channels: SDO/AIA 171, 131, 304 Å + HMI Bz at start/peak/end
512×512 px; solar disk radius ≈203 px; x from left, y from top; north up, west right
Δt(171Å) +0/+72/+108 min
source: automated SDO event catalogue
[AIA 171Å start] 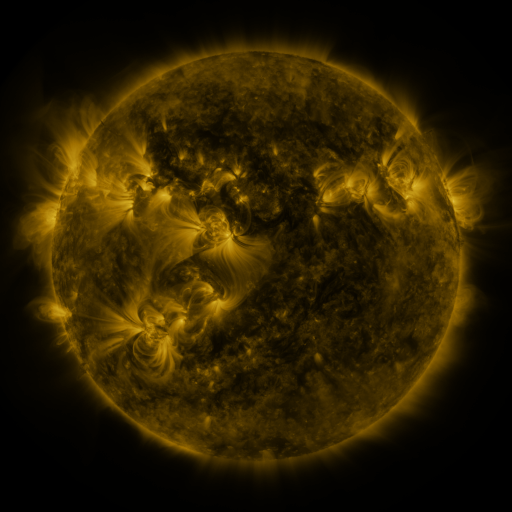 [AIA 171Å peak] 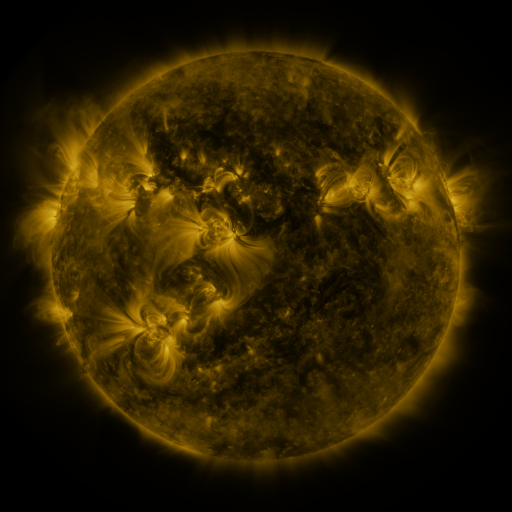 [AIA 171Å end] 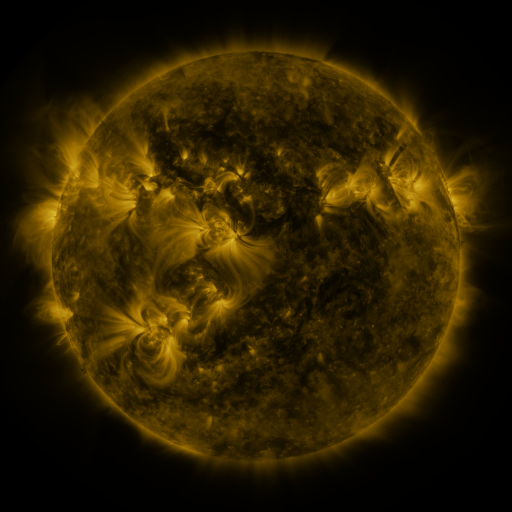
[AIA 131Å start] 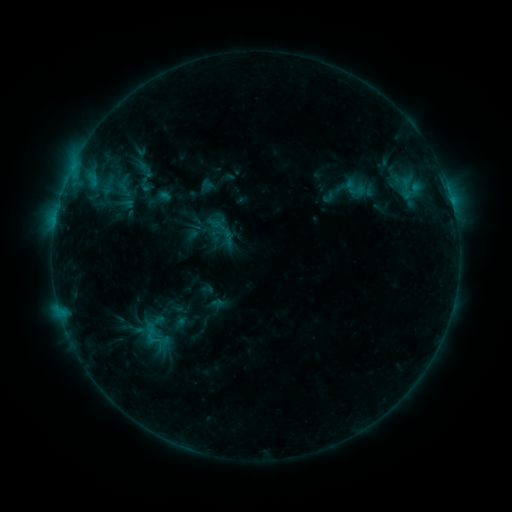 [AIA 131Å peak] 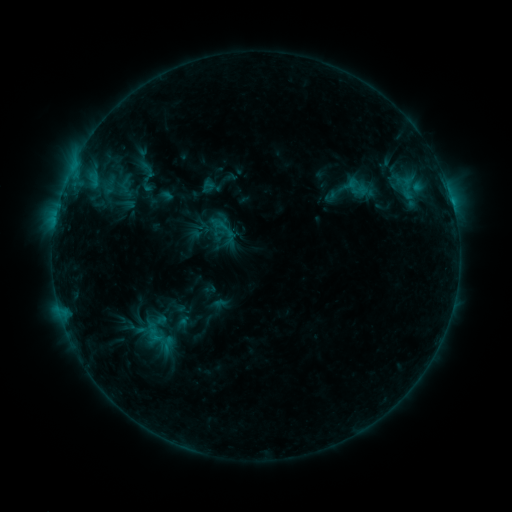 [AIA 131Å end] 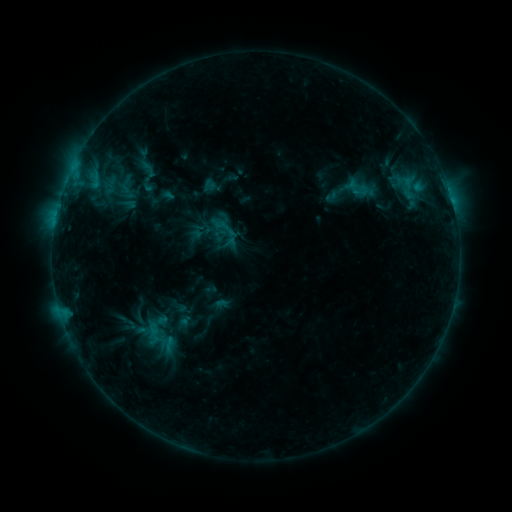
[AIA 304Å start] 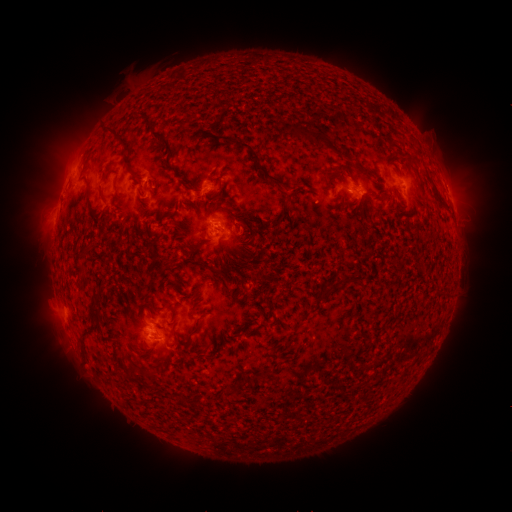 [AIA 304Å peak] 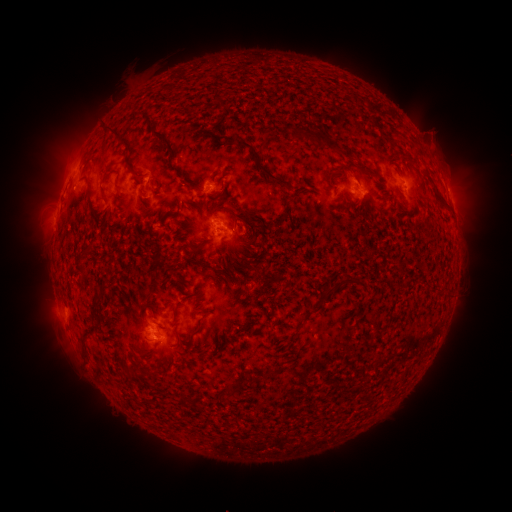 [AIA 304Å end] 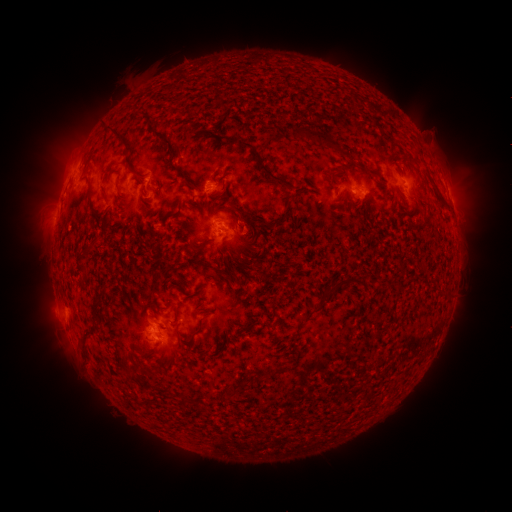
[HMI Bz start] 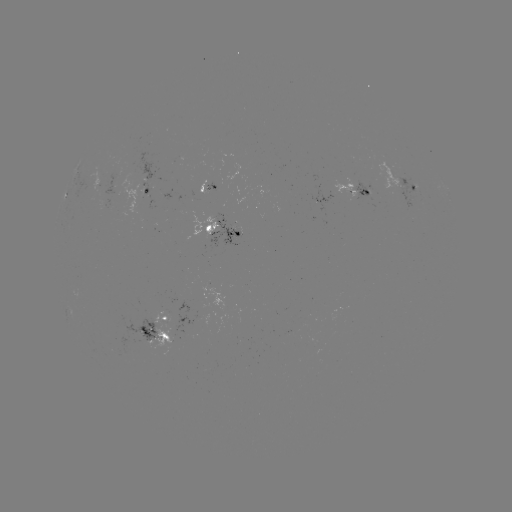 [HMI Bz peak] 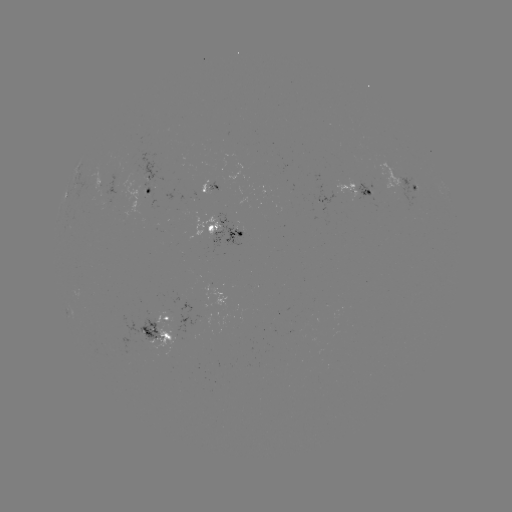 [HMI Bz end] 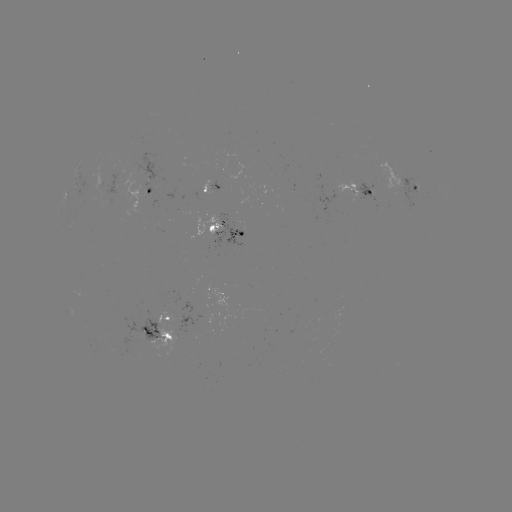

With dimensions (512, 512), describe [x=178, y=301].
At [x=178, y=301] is emerging-flux region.